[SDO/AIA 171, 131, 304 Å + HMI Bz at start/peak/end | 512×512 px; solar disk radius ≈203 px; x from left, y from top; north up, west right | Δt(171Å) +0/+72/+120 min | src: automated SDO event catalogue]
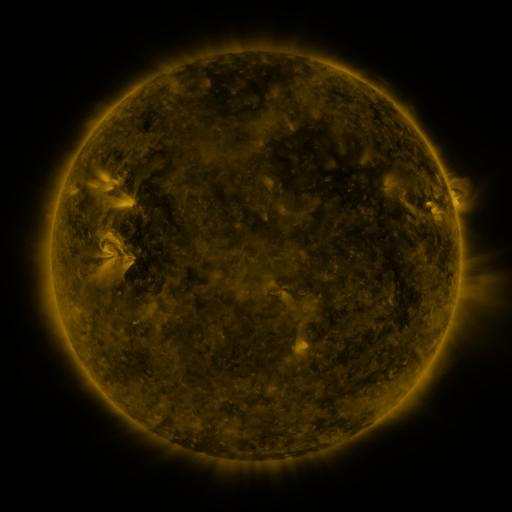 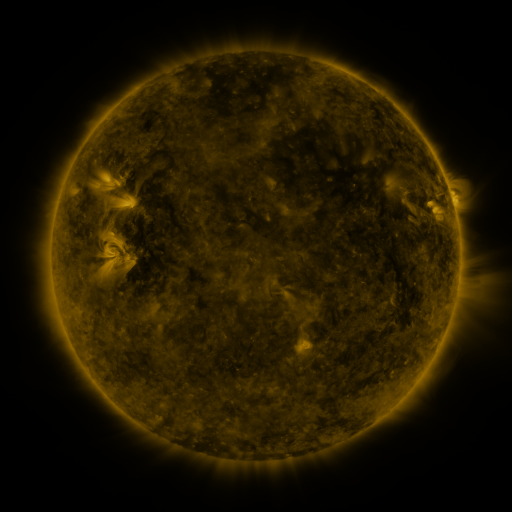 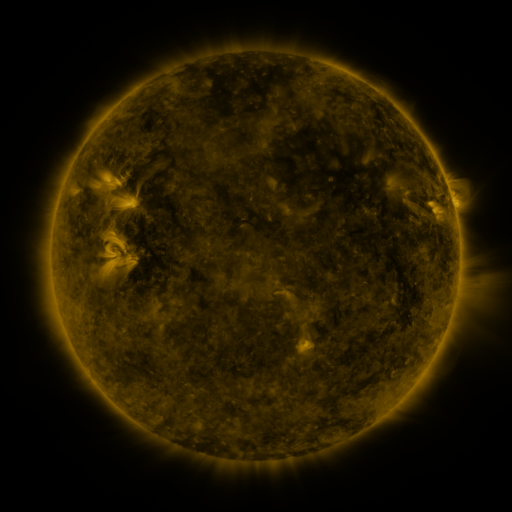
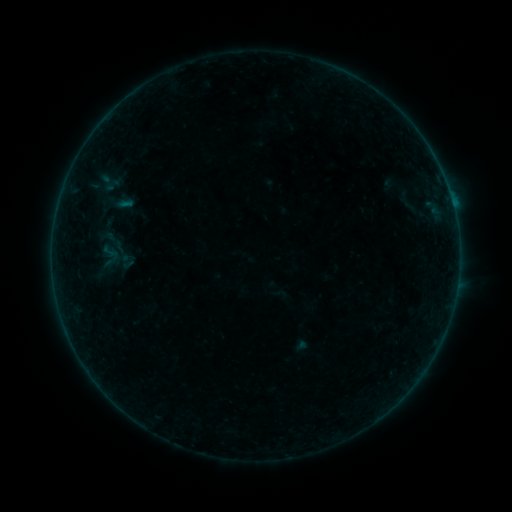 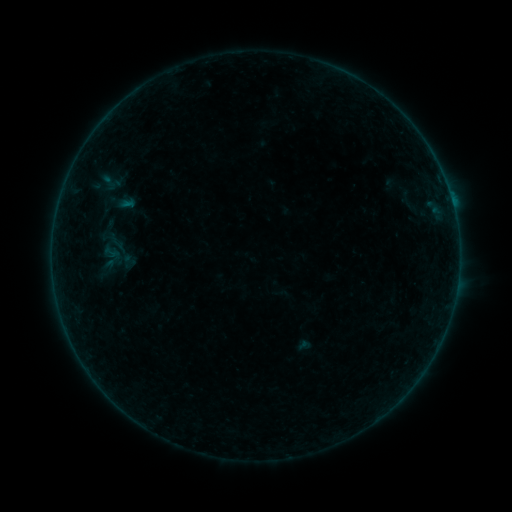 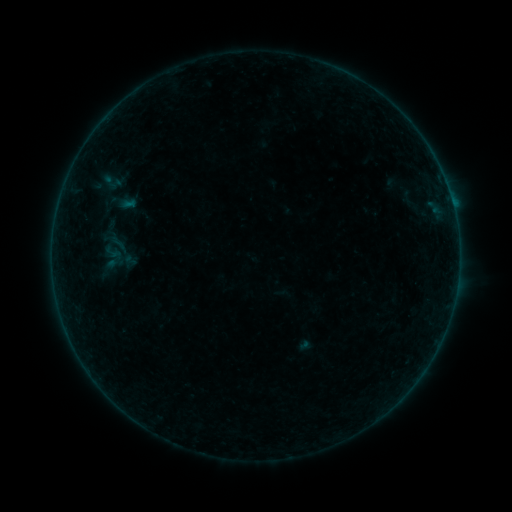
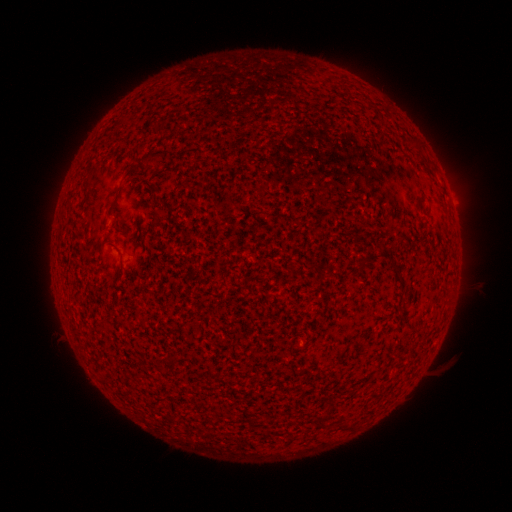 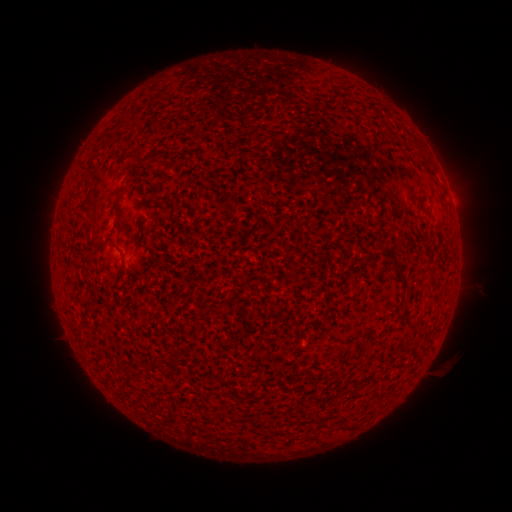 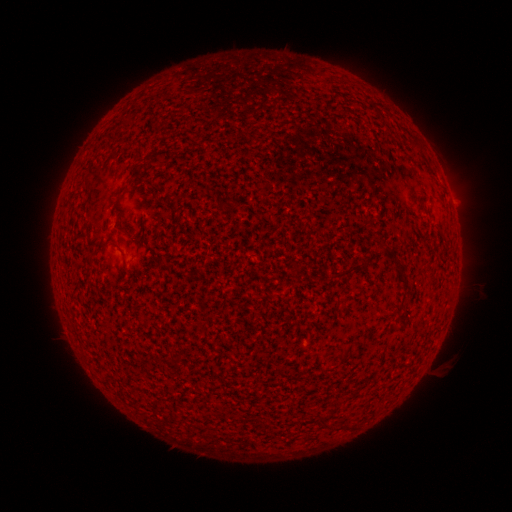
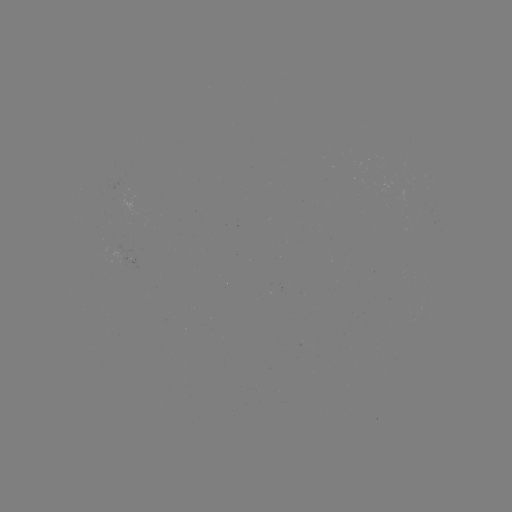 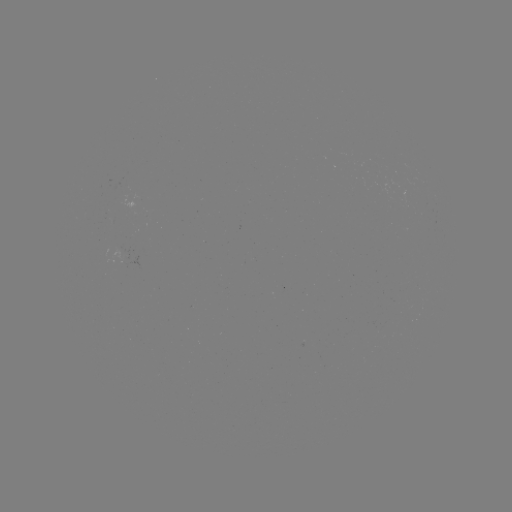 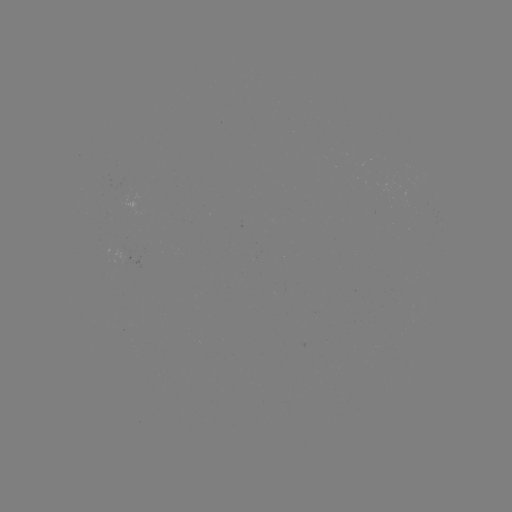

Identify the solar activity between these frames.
emerging-flux region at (120, 251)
